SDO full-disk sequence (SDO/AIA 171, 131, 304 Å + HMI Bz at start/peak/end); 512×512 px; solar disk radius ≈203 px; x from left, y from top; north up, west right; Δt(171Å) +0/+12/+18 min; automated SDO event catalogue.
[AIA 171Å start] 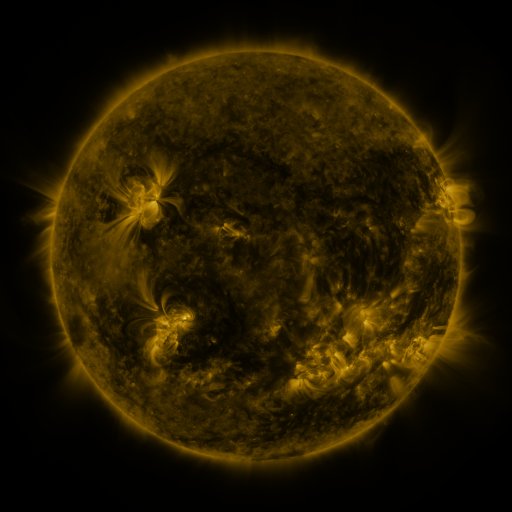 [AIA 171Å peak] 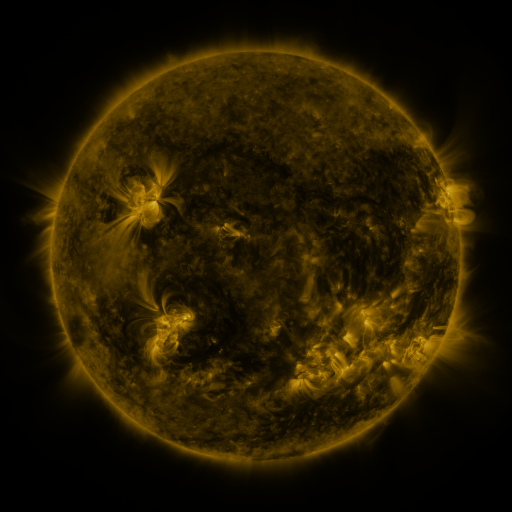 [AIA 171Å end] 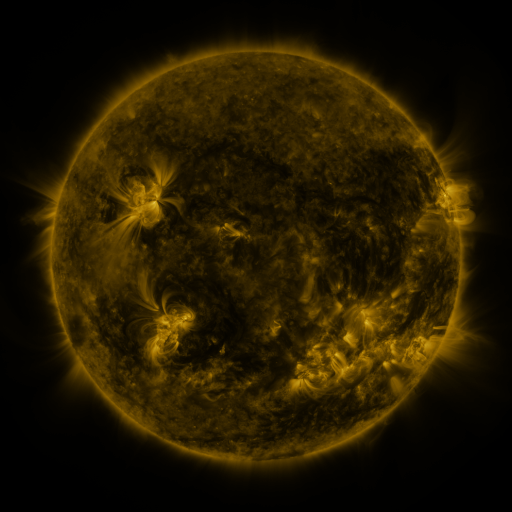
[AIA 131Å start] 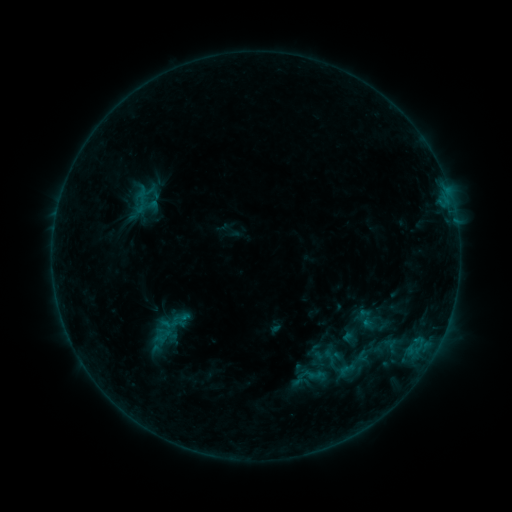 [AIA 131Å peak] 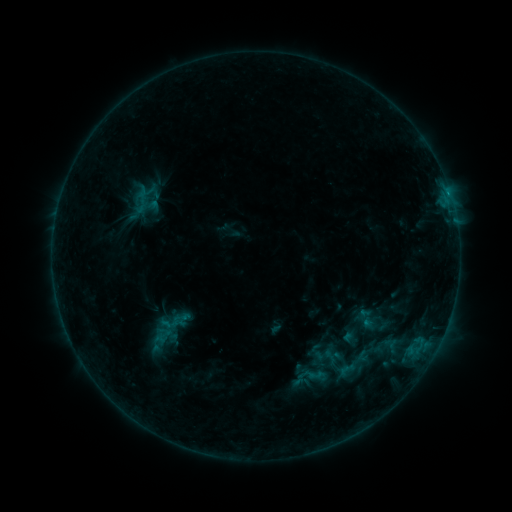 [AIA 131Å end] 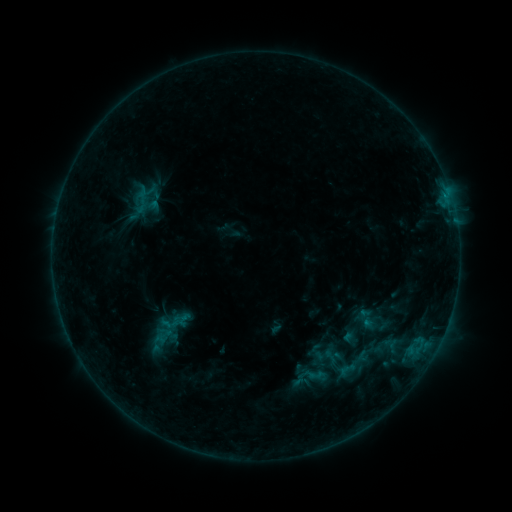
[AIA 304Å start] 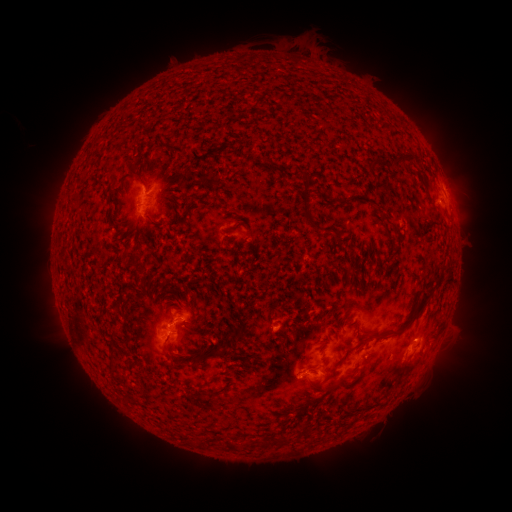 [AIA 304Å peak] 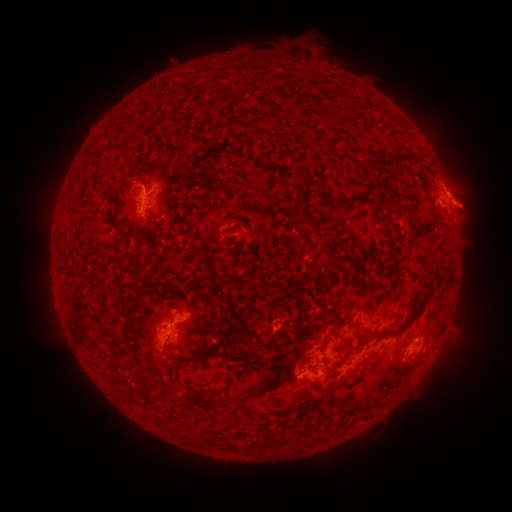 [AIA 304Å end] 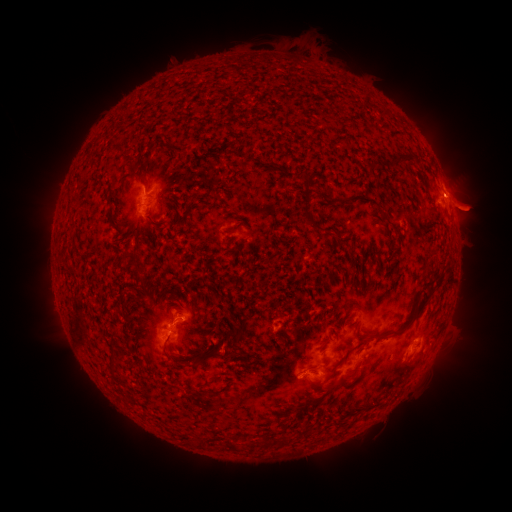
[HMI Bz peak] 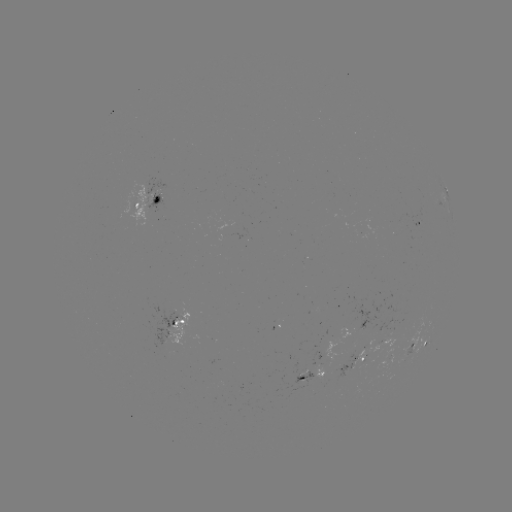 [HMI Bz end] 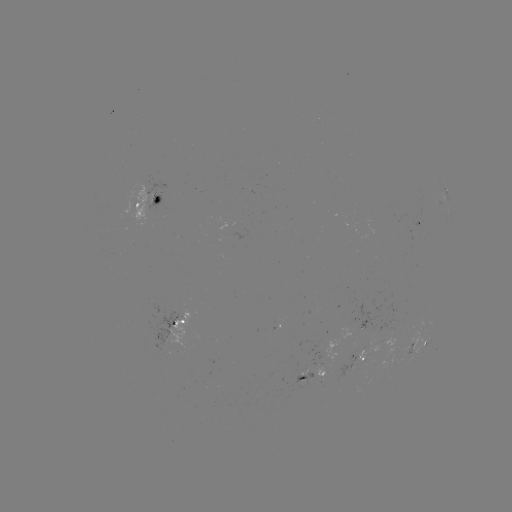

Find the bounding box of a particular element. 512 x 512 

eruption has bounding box [431, 167, 501, 236].